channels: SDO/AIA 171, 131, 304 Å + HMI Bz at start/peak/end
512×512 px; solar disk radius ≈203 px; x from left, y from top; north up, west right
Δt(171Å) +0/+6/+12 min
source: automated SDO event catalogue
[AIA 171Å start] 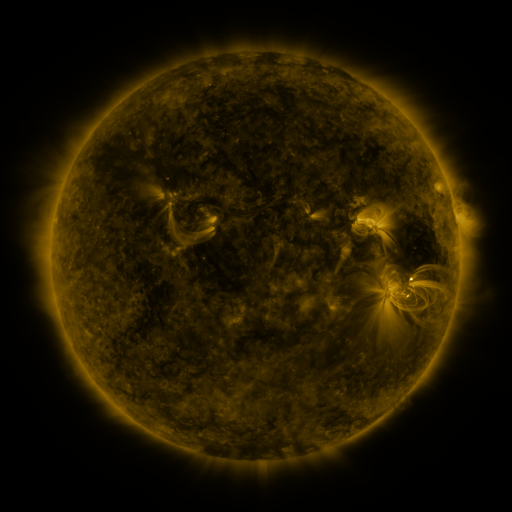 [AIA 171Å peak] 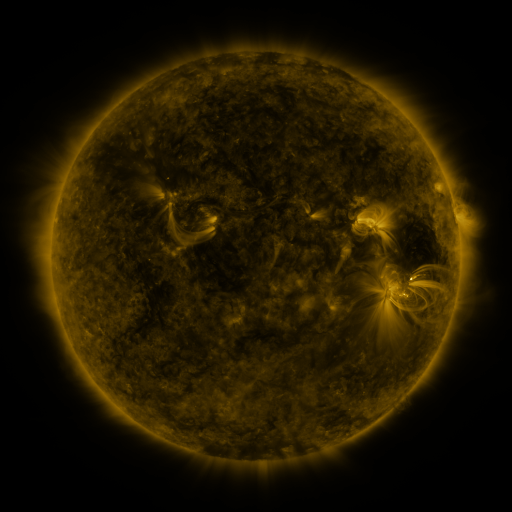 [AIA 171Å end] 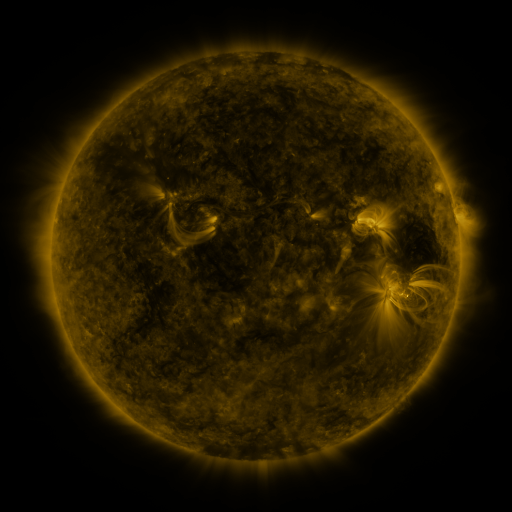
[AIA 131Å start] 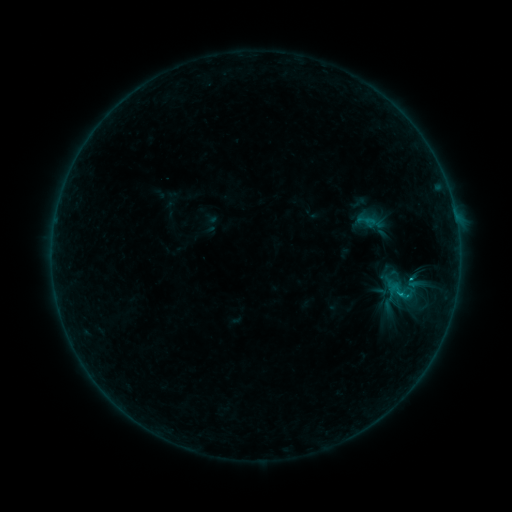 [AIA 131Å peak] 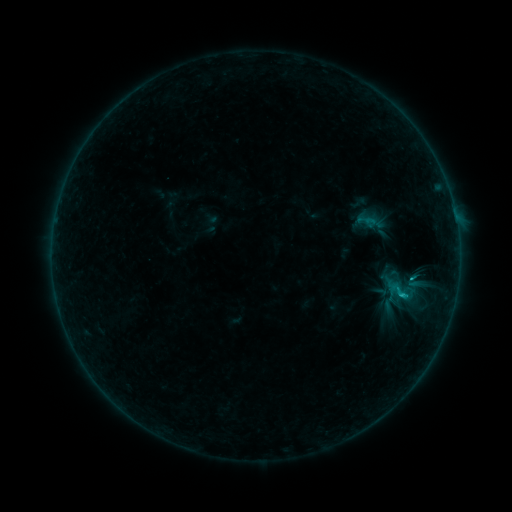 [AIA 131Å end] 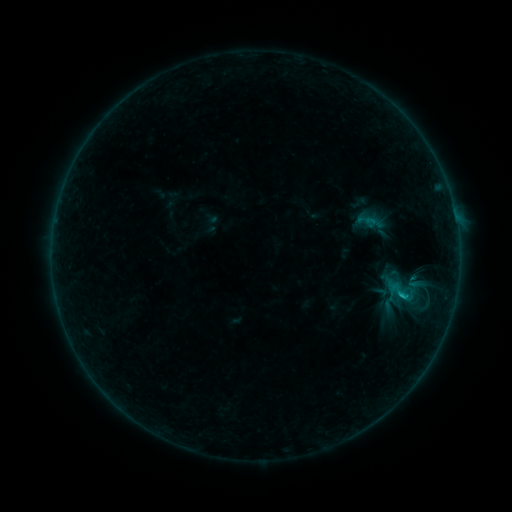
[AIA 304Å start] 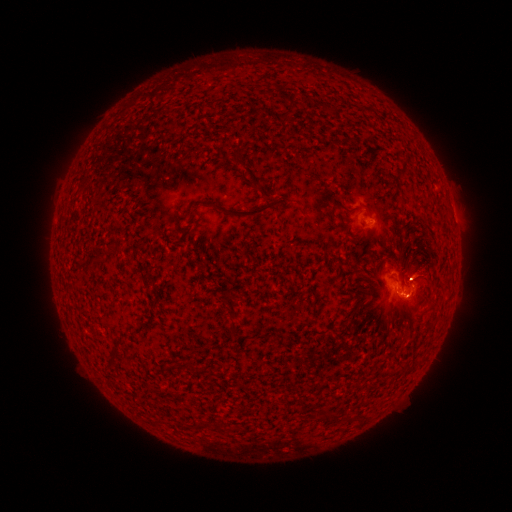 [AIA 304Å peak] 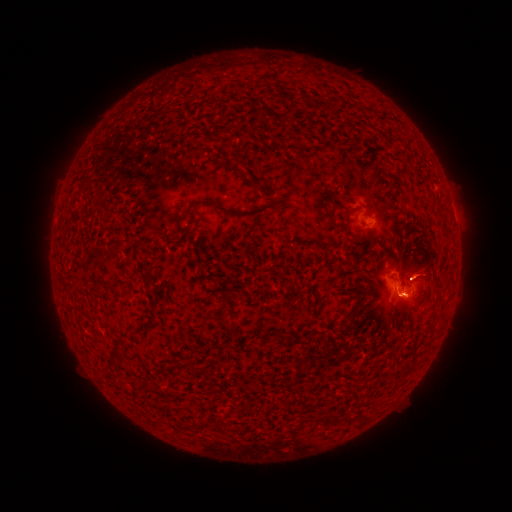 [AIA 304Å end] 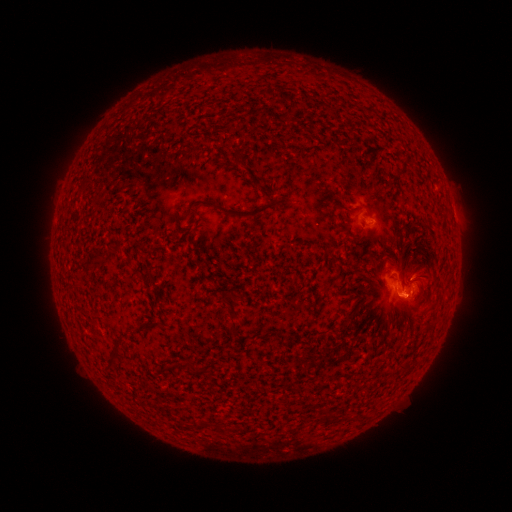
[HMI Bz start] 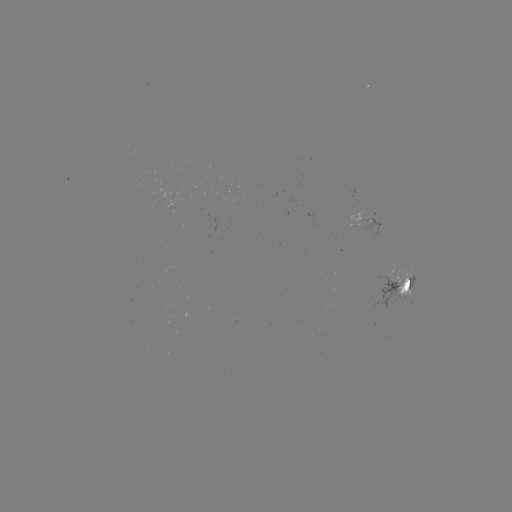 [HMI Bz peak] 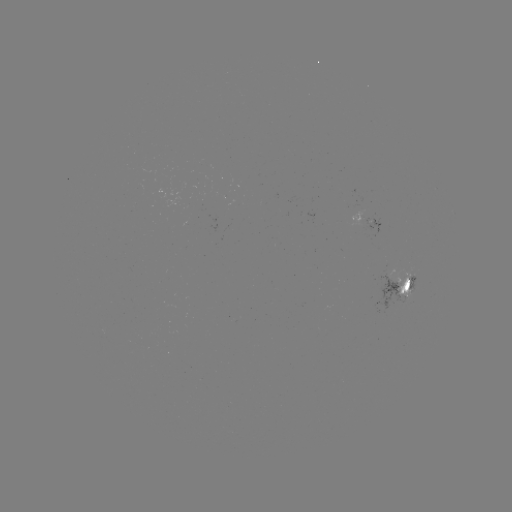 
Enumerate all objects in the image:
C1.0 flare: (401, 294)
